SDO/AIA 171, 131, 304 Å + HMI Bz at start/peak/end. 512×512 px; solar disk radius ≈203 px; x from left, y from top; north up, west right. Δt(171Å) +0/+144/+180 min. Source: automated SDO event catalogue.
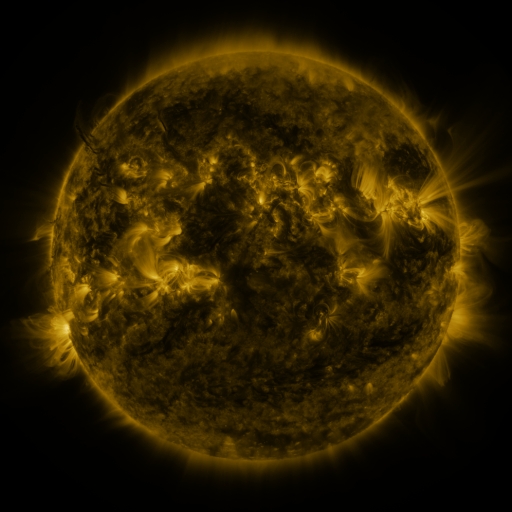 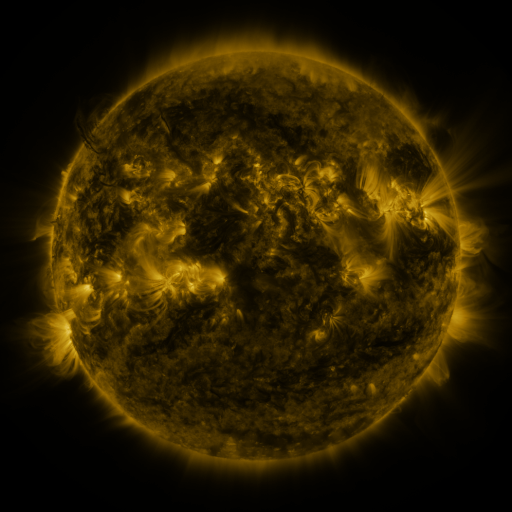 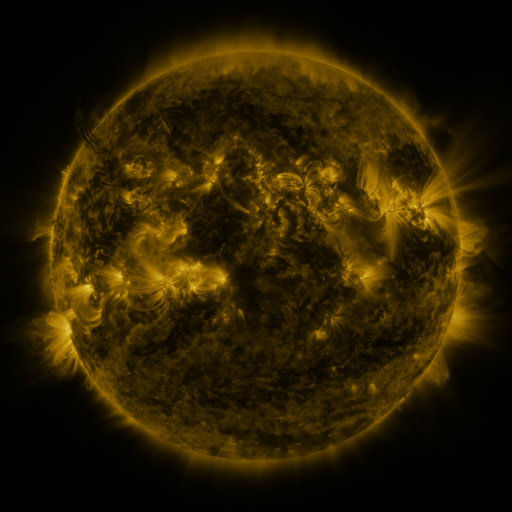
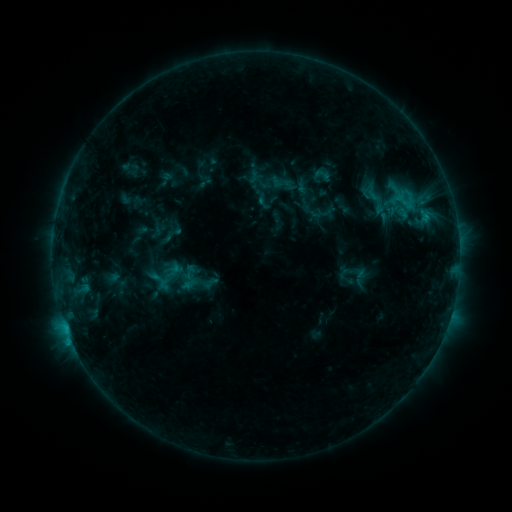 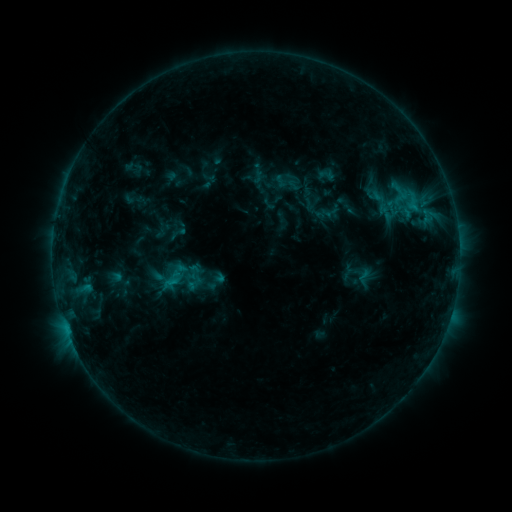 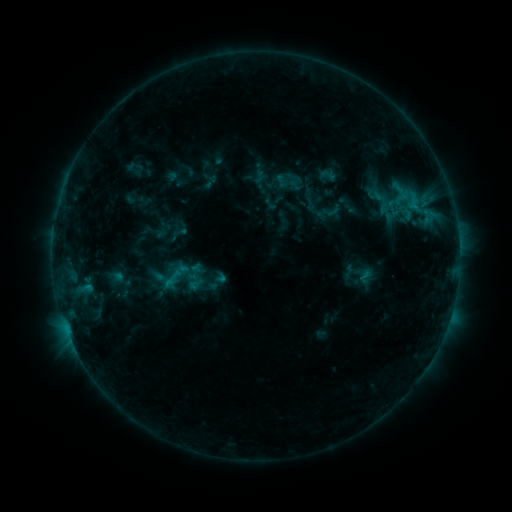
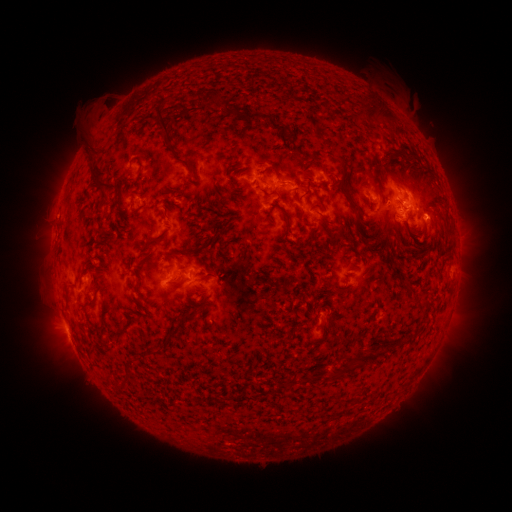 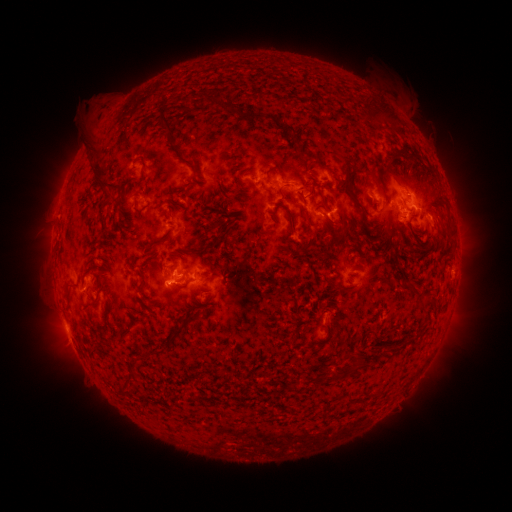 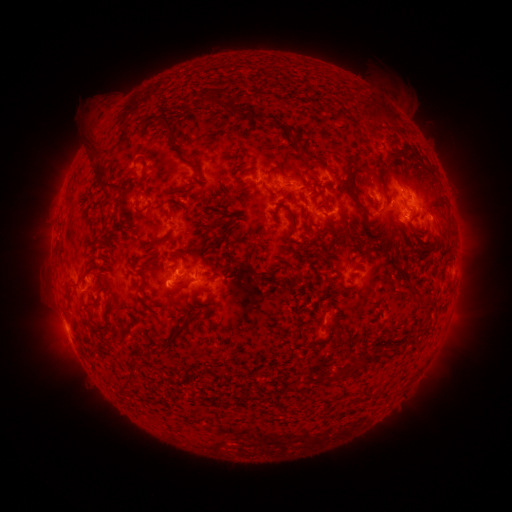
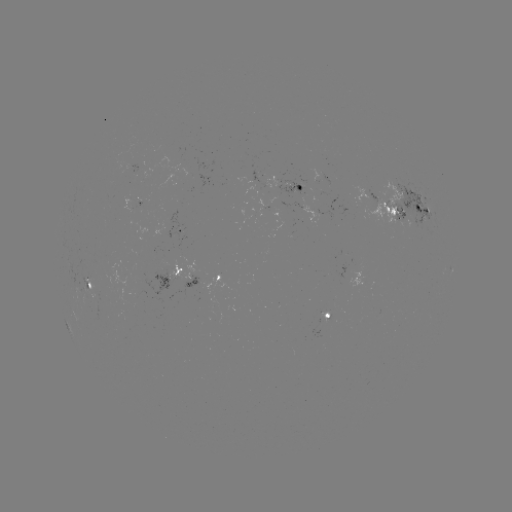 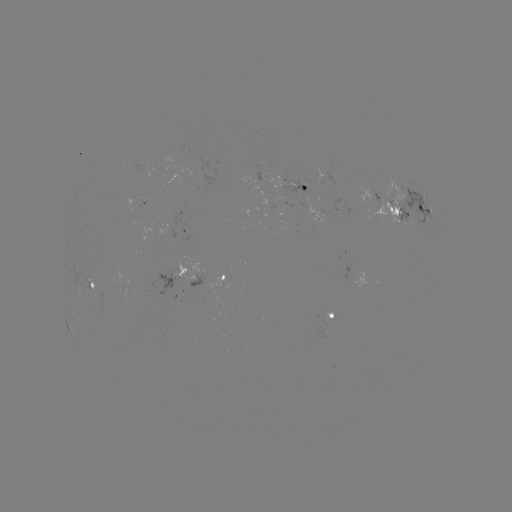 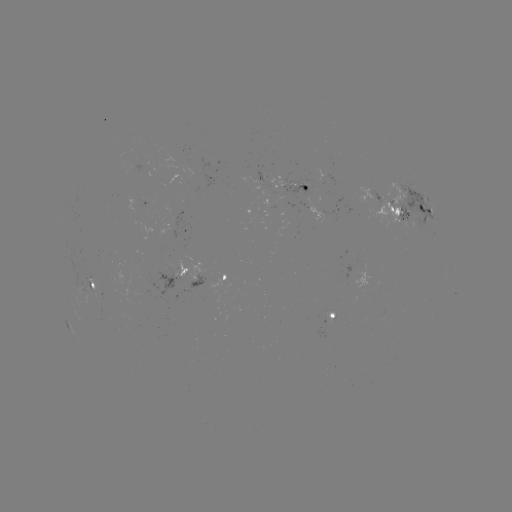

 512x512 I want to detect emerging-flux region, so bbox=[341, 250, 352, 256].